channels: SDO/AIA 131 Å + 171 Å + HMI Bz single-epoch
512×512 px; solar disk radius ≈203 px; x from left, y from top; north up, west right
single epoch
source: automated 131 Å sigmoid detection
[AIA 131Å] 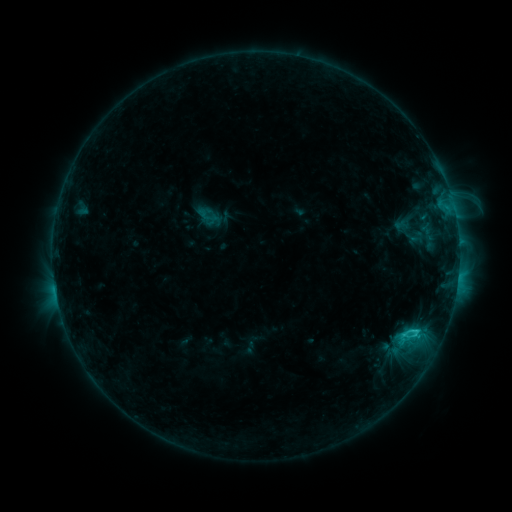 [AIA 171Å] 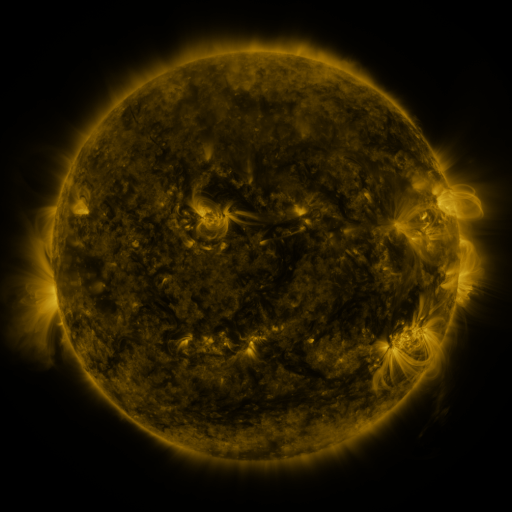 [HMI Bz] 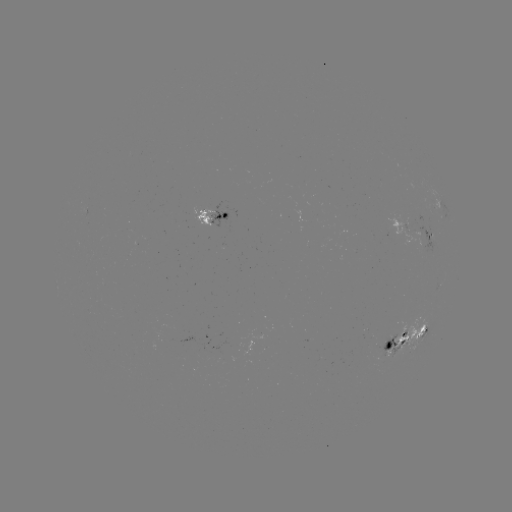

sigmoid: (196, 204, 218, 227)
